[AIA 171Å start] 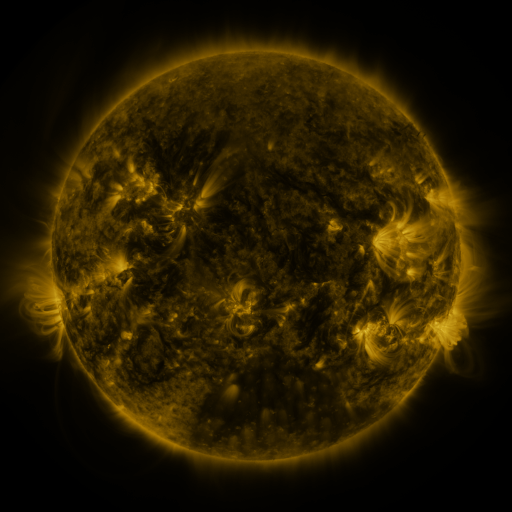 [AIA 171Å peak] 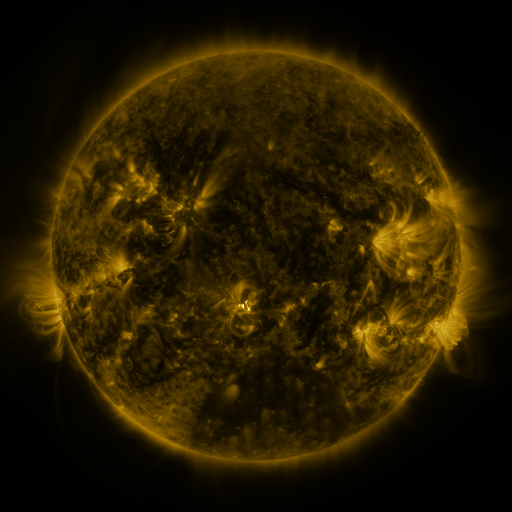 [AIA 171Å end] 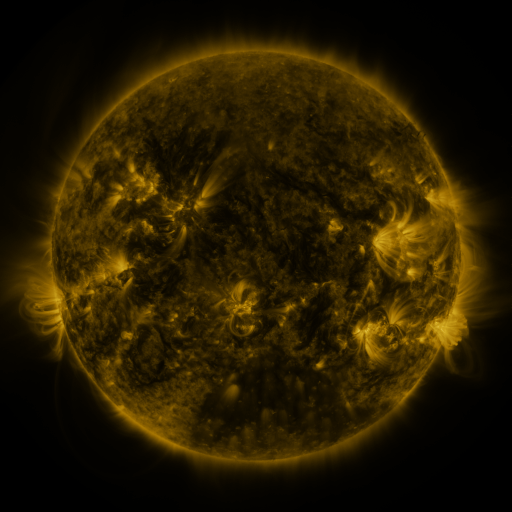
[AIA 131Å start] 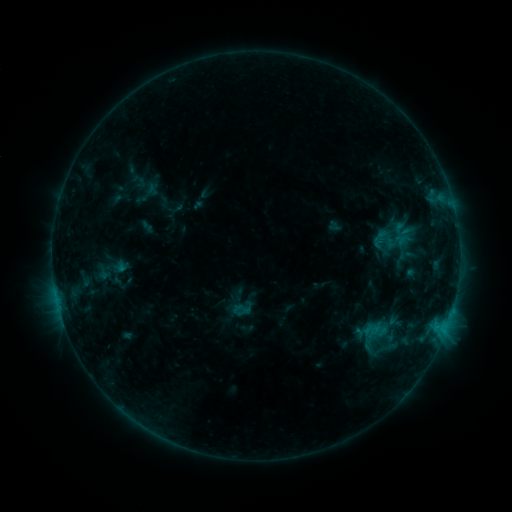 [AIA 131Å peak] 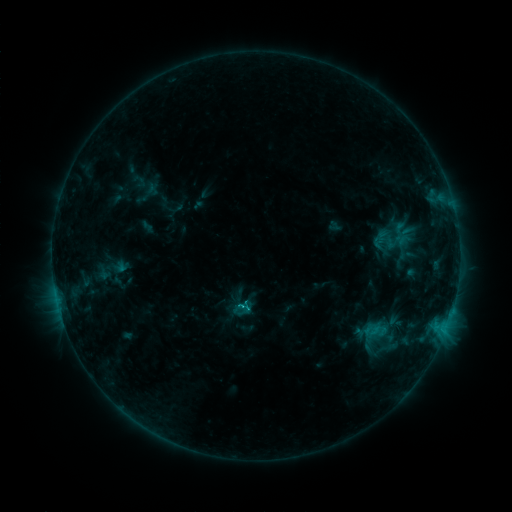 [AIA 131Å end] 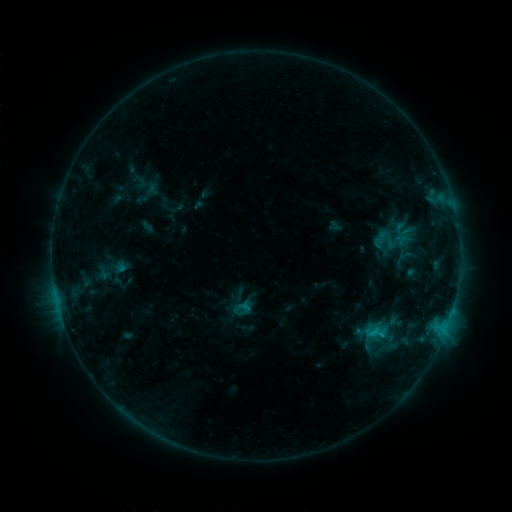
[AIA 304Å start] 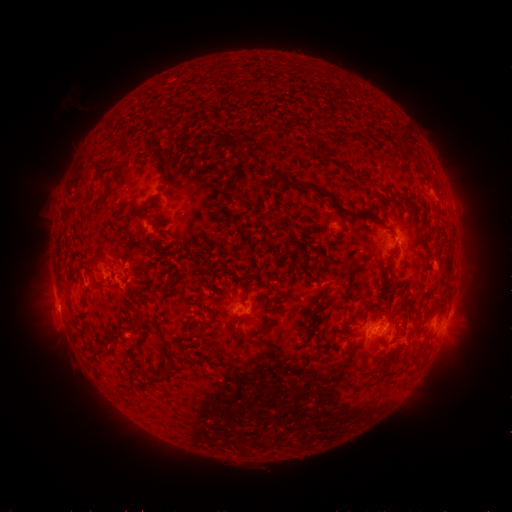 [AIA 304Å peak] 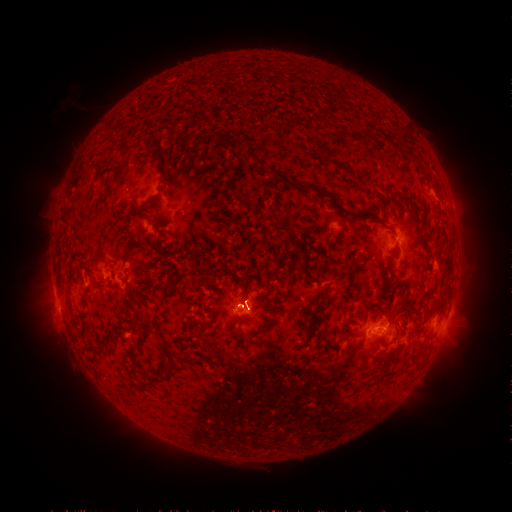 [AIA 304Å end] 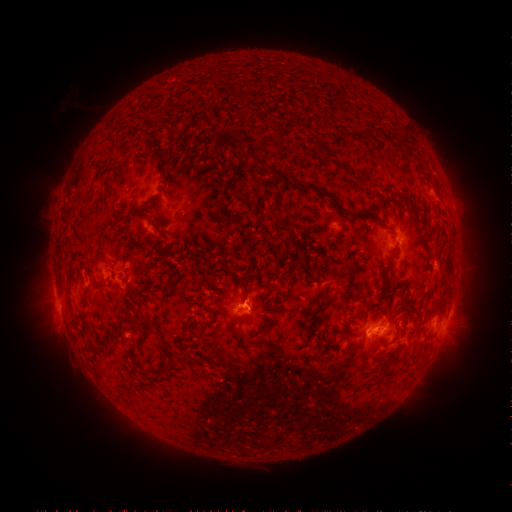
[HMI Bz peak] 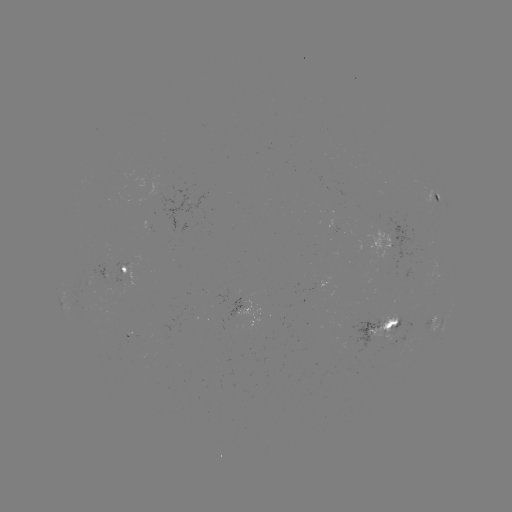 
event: flare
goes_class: C1.4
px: (242, 303)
